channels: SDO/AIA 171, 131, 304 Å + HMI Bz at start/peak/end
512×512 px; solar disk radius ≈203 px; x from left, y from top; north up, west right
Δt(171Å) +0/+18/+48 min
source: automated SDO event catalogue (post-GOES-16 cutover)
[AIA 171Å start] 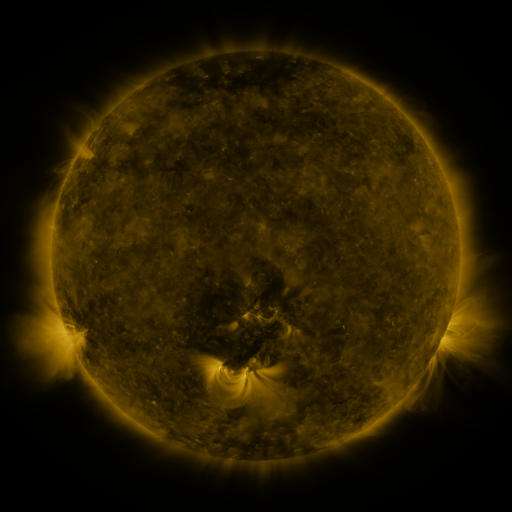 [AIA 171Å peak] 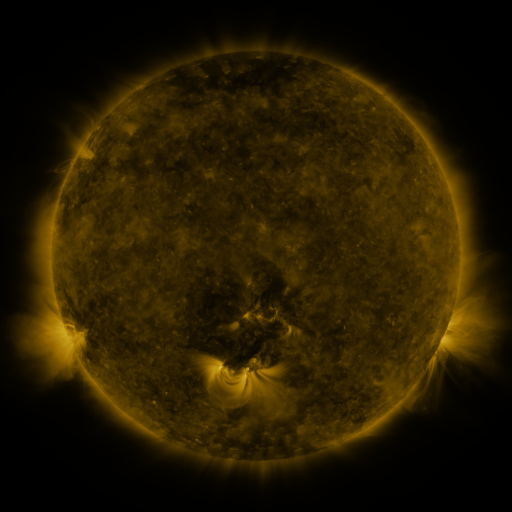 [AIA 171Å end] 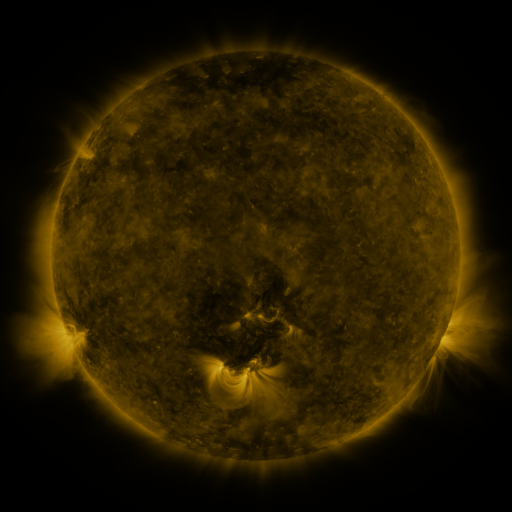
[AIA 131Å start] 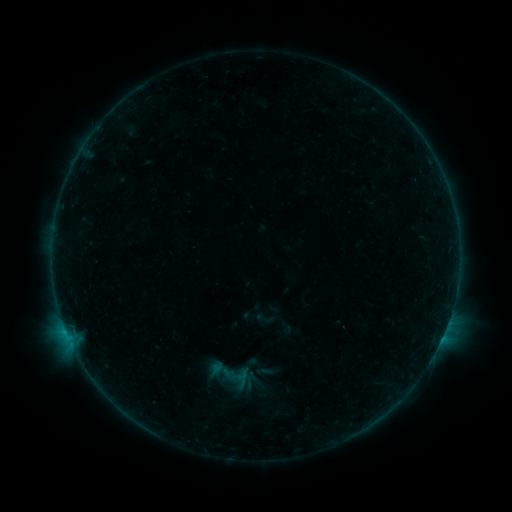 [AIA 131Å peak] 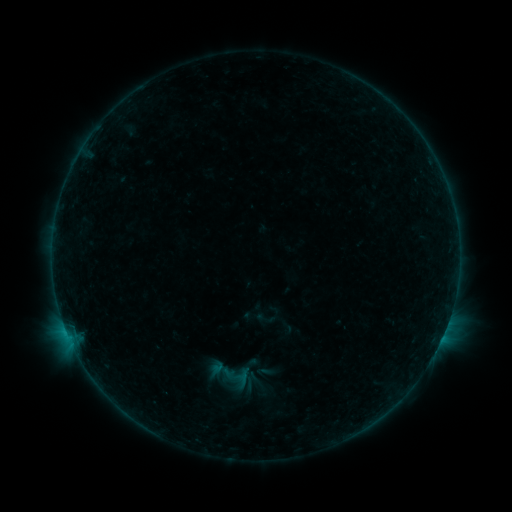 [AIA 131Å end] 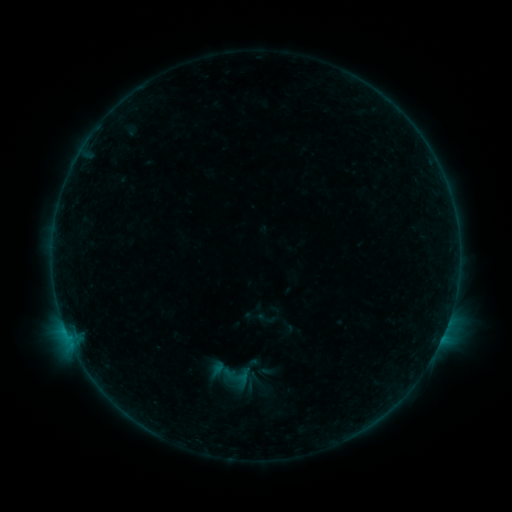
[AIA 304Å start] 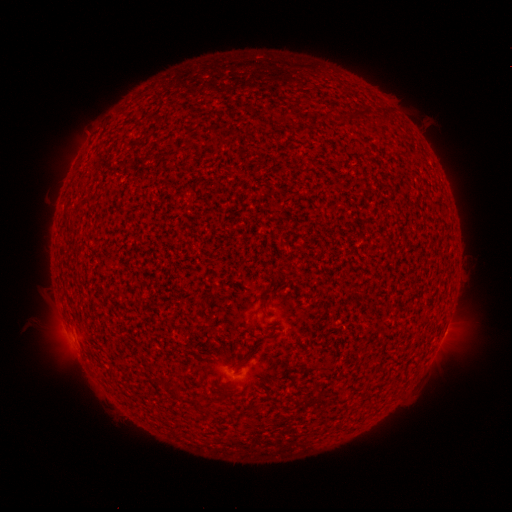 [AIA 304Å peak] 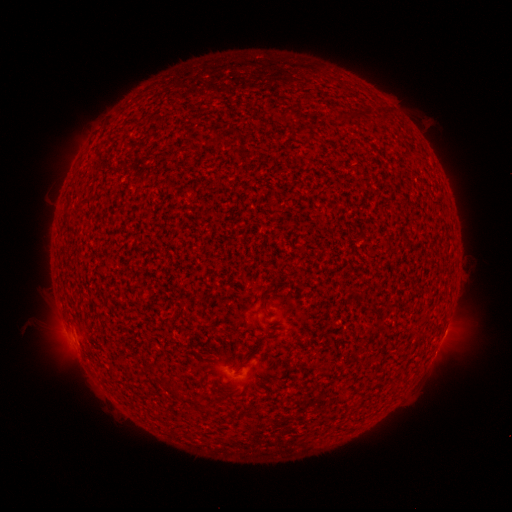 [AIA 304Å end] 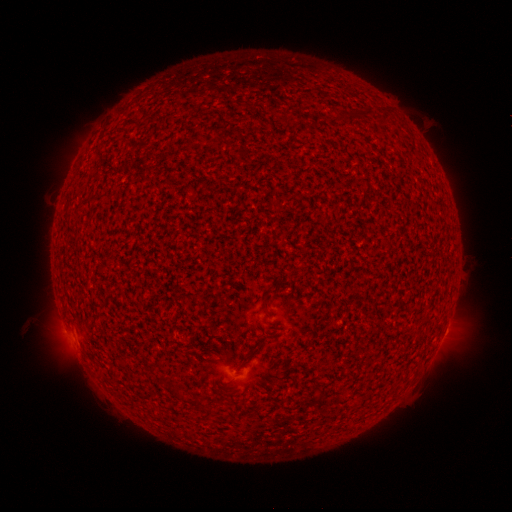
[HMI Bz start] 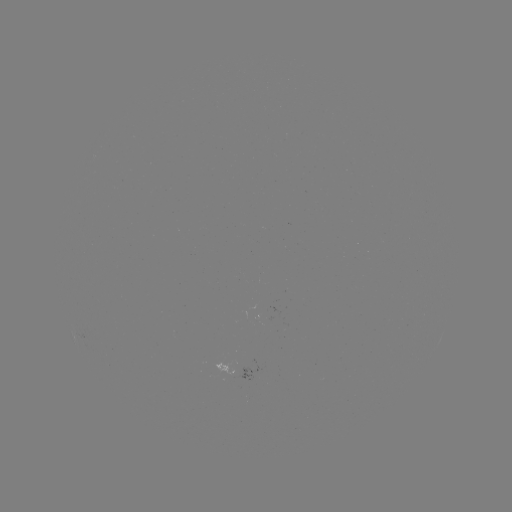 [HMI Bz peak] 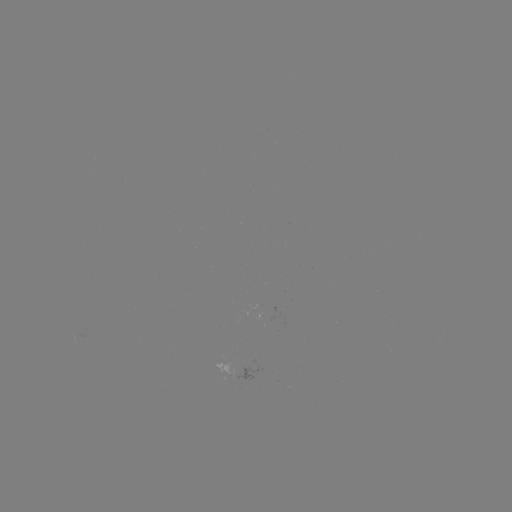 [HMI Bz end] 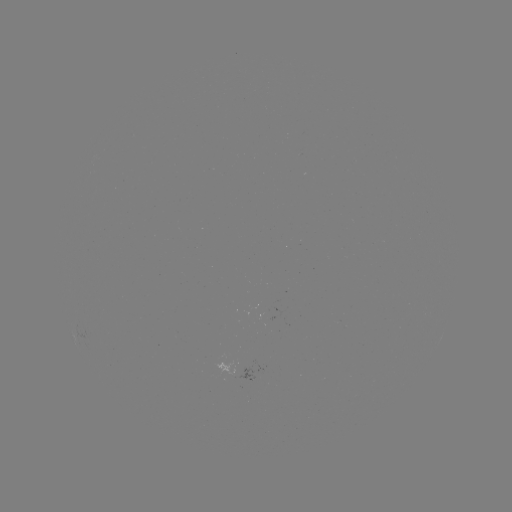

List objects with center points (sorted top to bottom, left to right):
B2.1 flare: (67, 332)
